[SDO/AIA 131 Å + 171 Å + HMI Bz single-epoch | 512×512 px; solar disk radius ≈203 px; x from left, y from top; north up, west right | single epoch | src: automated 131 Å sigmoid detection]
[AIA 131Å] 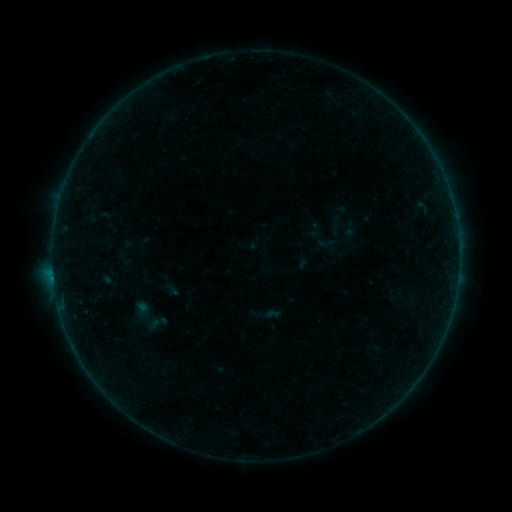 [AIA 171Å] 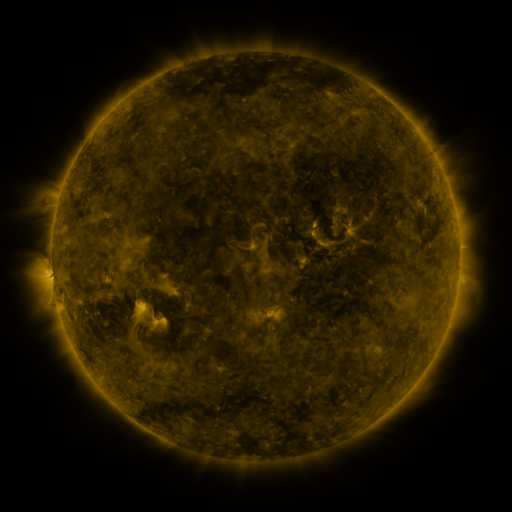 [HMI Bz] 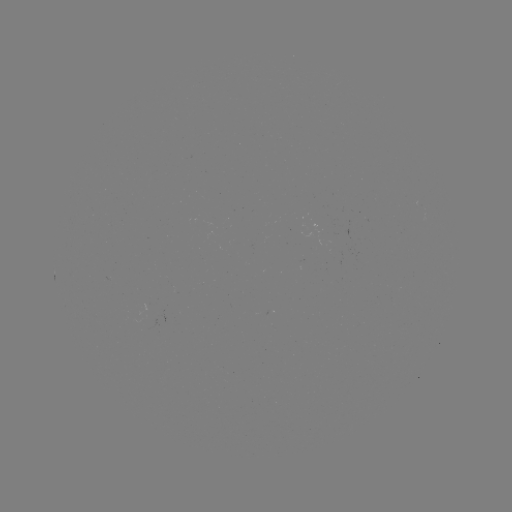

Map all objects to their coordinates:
sigmoid: (326, 243)
